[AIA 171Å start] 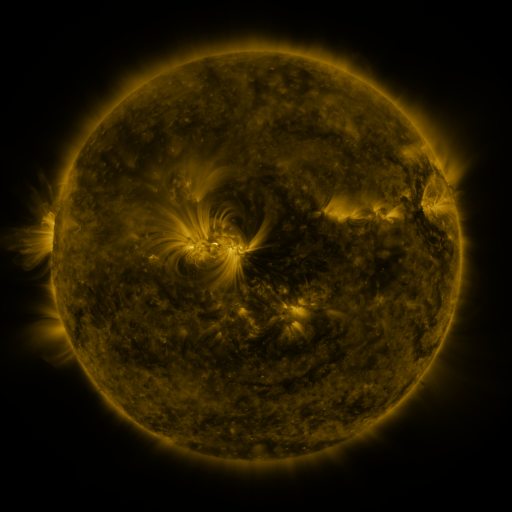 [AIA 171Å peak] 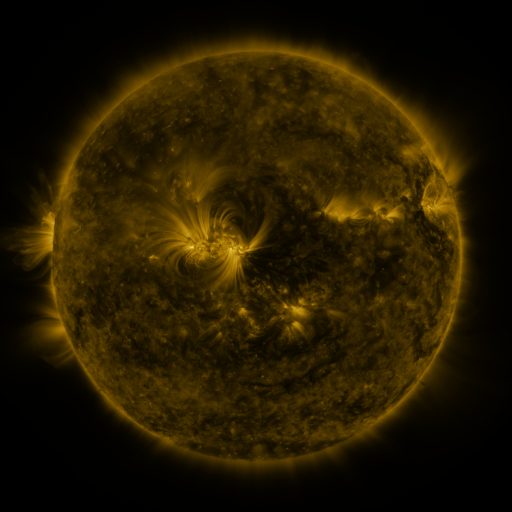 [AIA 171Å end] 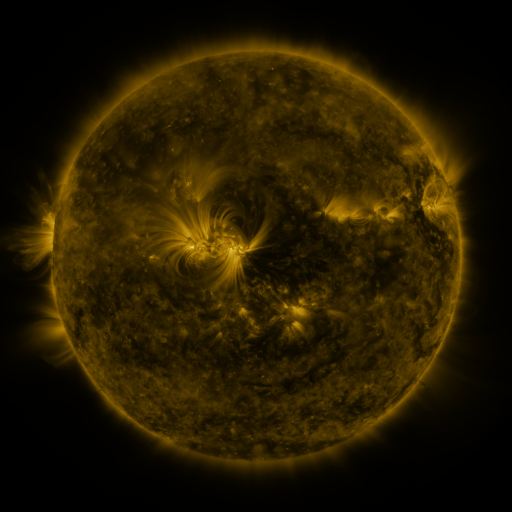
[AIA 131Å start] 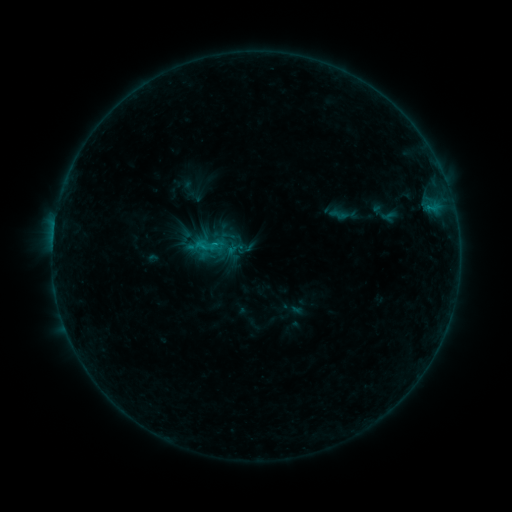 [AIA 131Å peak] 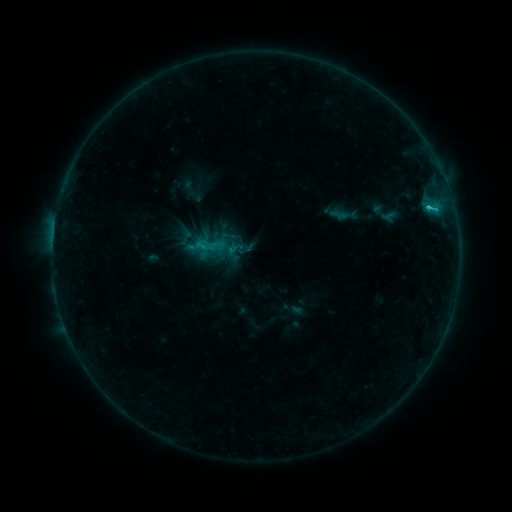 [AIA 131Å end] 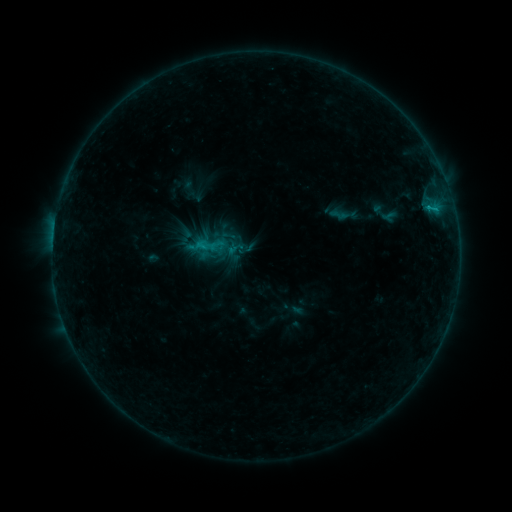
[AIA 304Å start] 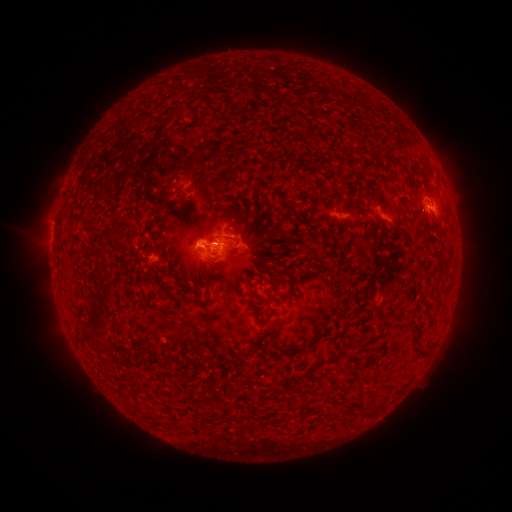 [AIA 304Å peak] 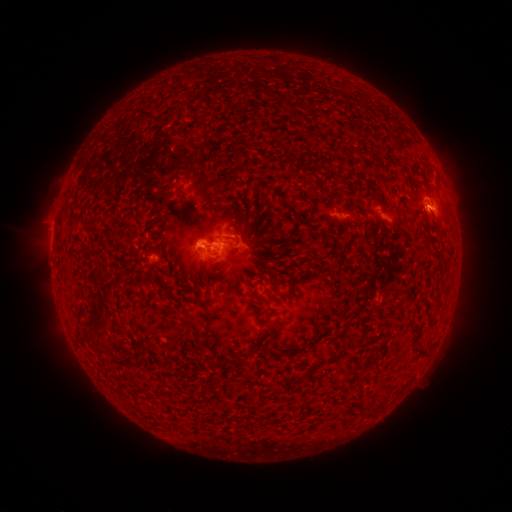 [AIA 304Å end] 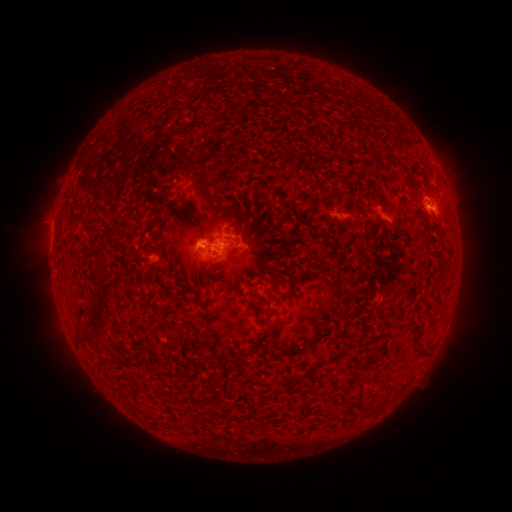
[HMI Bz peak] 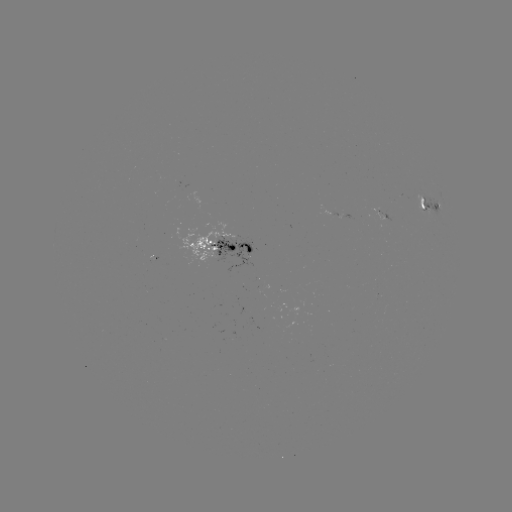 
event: flare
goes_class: C1.4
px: (429, 210)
